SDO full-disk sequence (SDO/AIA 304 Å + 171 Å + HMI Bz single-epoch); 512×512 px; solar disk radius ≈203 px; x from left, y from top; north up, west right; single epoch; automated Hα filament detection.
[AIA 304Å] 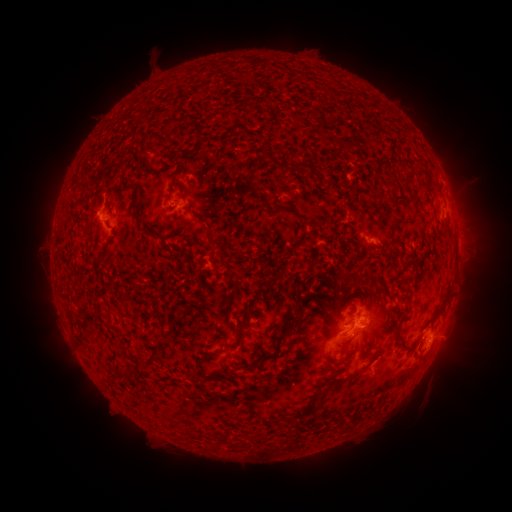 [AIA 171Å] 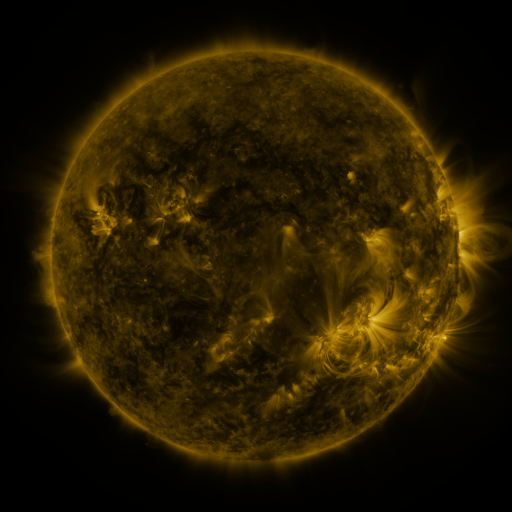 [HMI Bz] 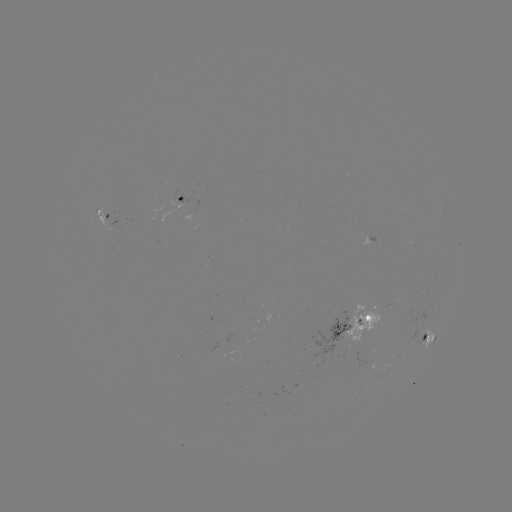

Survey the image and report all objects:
filament: (283, 166)
filament: (175, 174)
filament: (284, 208)
filament: (139, 216)
filament: (211, 239)
filament: (389, 314)
filament: (289, 318)
filament: (281, 330)
filament: (397, 334)
filament: (237, 341)
filament: (346, 348)
filament: (272, 354)
filament: (149, 359)
filament: (242, 367)
filament: (206, 375)
filament: (342, 381)
